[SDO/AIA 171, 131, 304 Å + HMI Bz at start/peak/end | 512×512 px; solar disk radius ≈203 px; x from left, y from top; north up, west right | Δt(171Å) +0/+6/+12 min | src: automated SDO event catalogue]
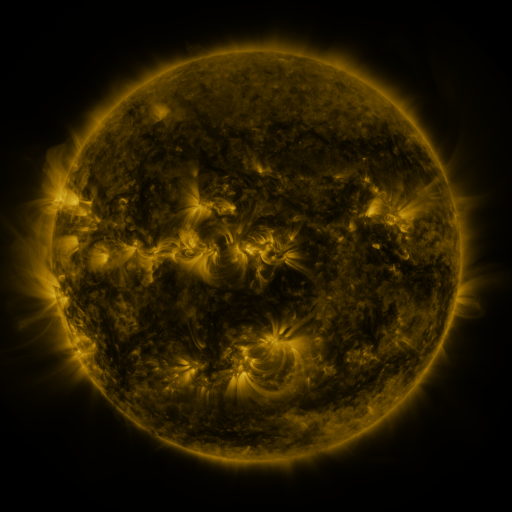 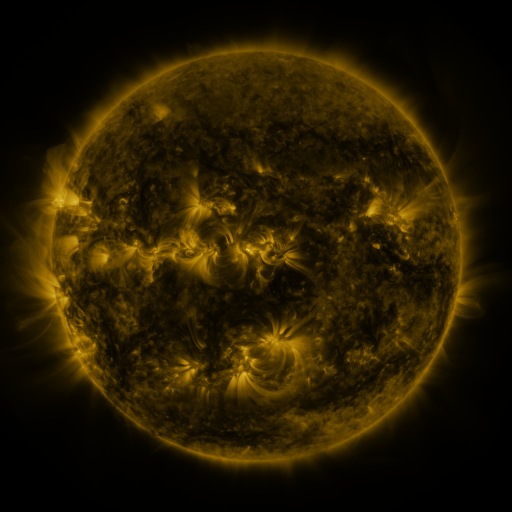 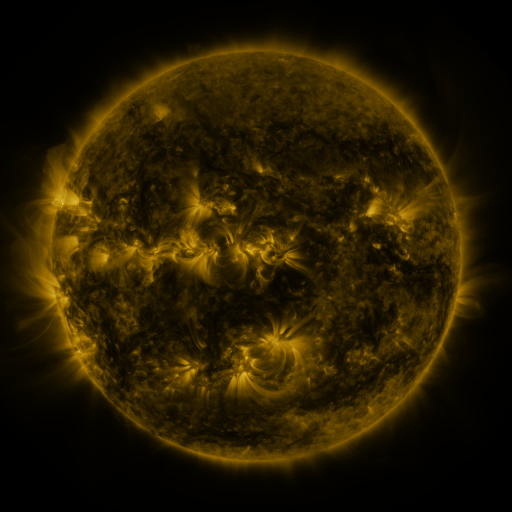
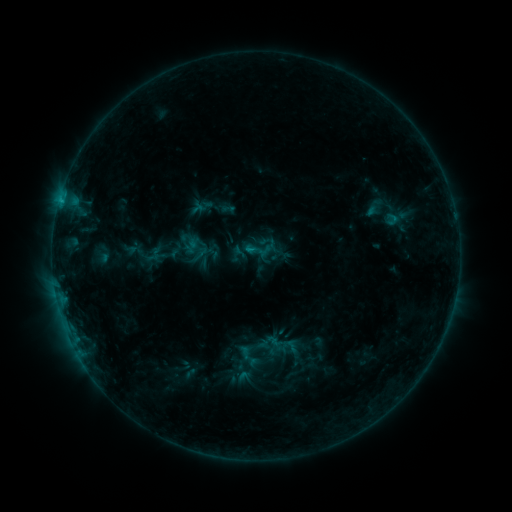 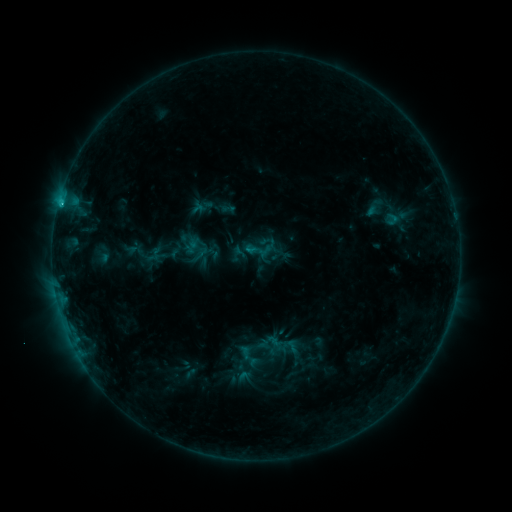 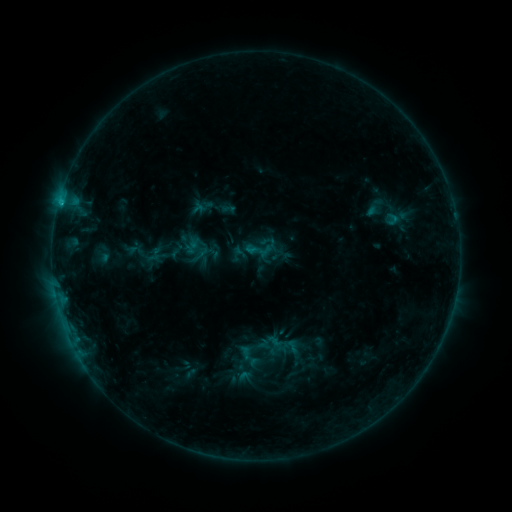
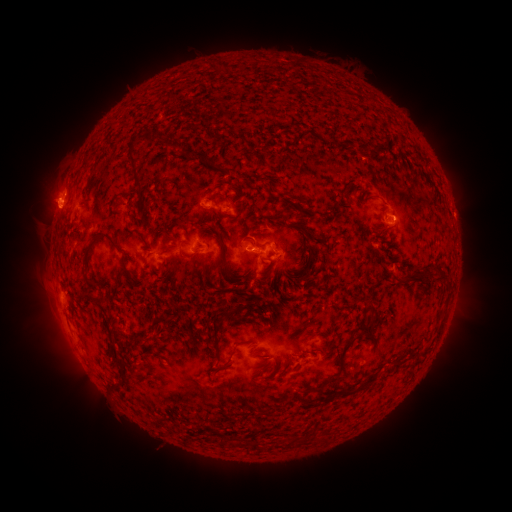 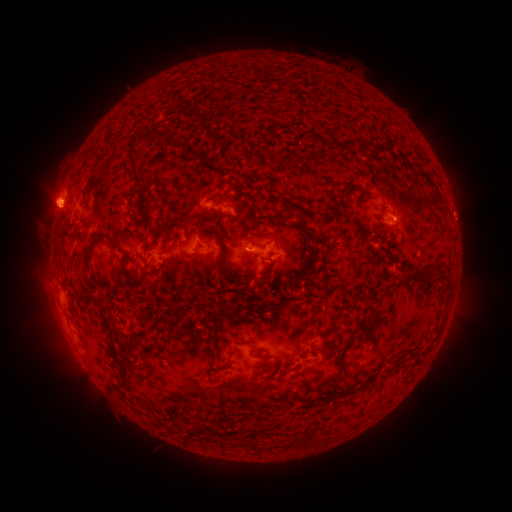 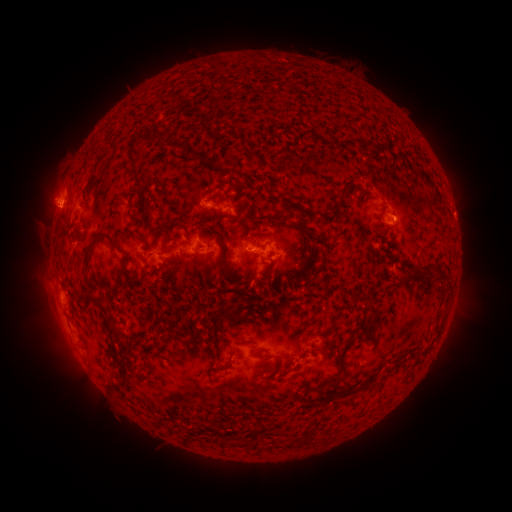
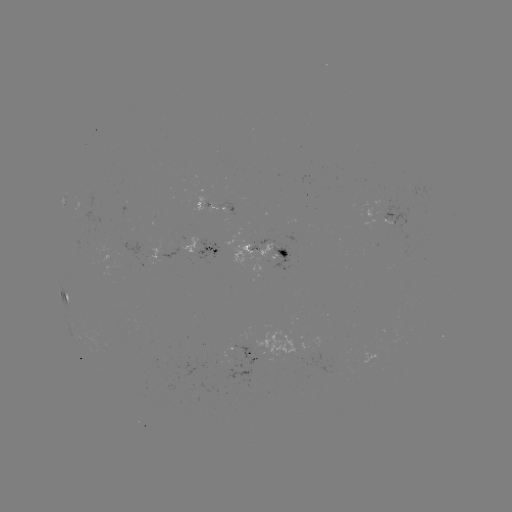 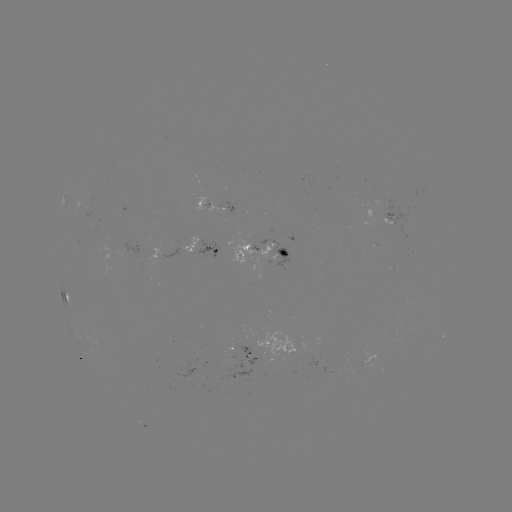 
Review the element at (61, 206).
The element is C1.1 flare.